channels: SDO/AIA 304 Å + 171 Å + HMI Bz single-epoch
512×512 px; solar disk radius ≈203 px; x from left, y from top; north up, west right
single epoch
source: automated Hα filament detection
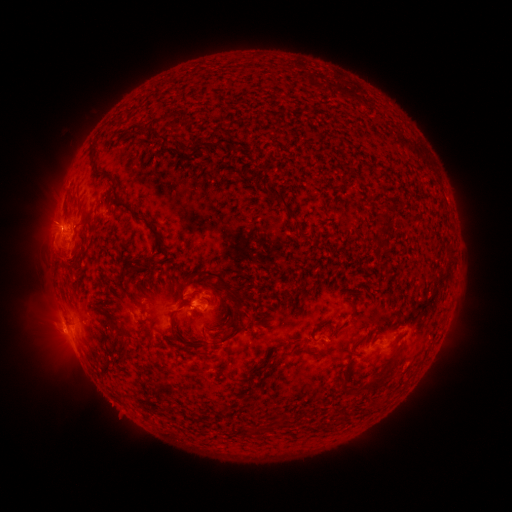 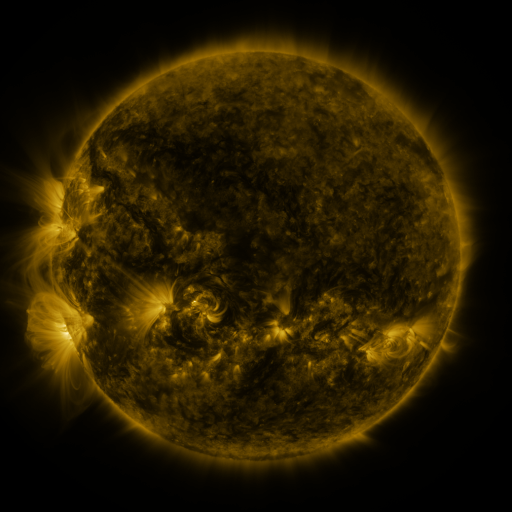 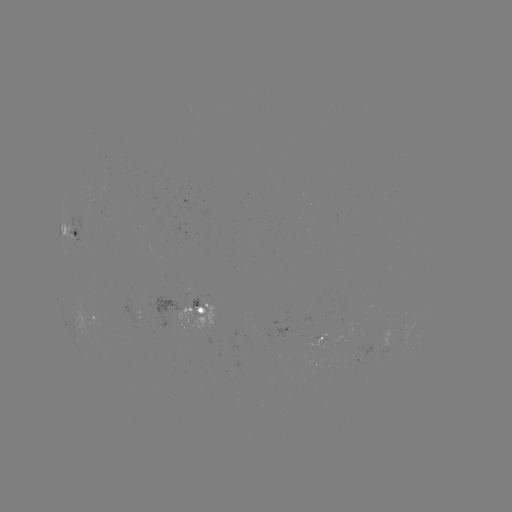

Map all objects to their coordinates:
filament: <bbox>193, 137, 236, 153</bbox>
filament: <bbox>92, 167, 105, 176</bbox>
filament: <bbox>248, 171, 260, 184</bbox>
filament: <bbox>108, 181, 145, 221</bbox>
filament: <bbox>267, 186, 295, 221</bbox>
filament: <bbox>375, 213, 386, 222</bbox>
filament: <bbox>150, 227, 160, 237</bbox>
filament: <bbox>136, 259, 153, 268</bbox>
filament: <bbox>198, 268, 232, 297</bbox>
filament: <bbox>131, 294, 141, 305</bbox>
filament: <bbox>169, 300, 193, 340</bbox>
filament: <bbox>108, 315, 125, 337</bbox>
filament: <bbox>218, 316, 249, 343</bbox>
filament: <bbox>201, 332, 208, 341</bbox>
filament: <bbox>376, 370, 389, 381</bbox>
filament: <bbox>339, 382, 347, 393</bbox>
filament: <bbox>215, 403, 224, 413</bbox>
